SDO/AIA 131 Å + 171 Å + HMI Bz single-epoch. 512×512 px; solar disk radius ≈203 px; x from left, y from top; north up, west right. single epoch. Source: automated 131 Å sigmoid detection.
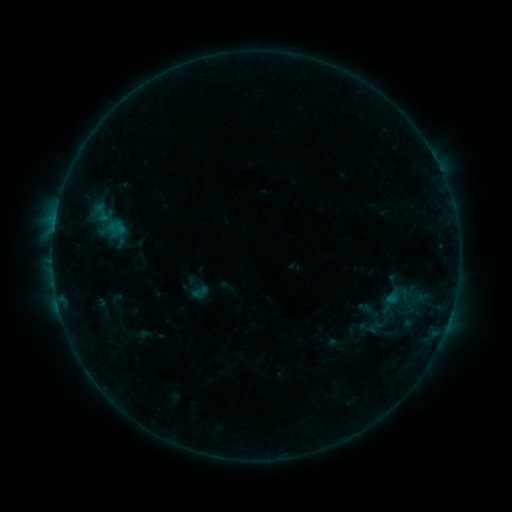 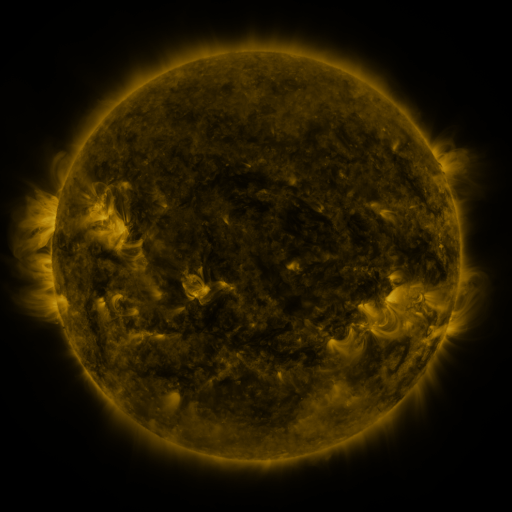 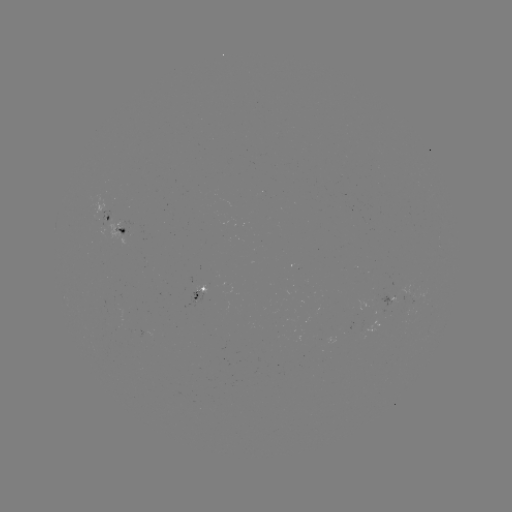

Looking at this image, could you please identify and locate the sigmoid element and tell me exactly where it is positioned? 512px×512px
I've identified sigmoid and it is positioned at [100, 212].